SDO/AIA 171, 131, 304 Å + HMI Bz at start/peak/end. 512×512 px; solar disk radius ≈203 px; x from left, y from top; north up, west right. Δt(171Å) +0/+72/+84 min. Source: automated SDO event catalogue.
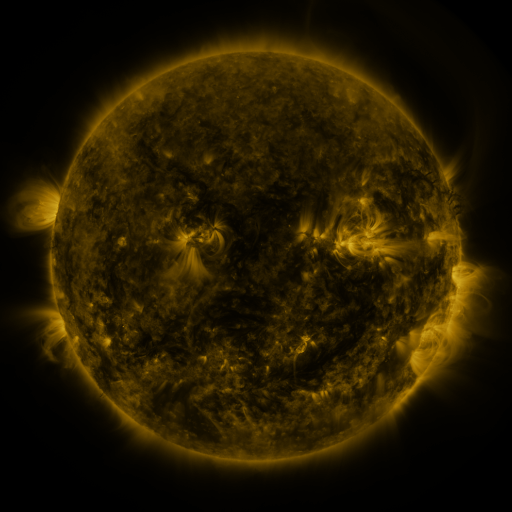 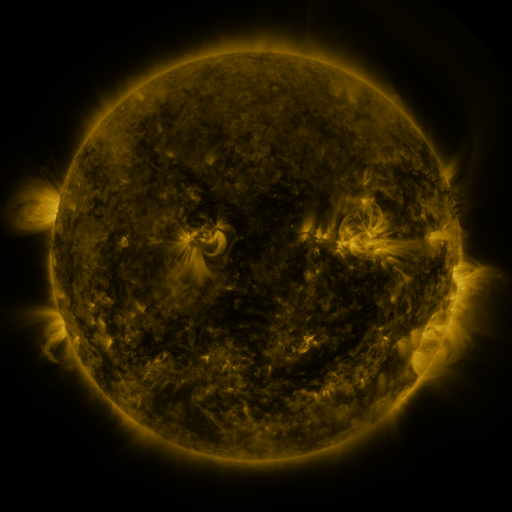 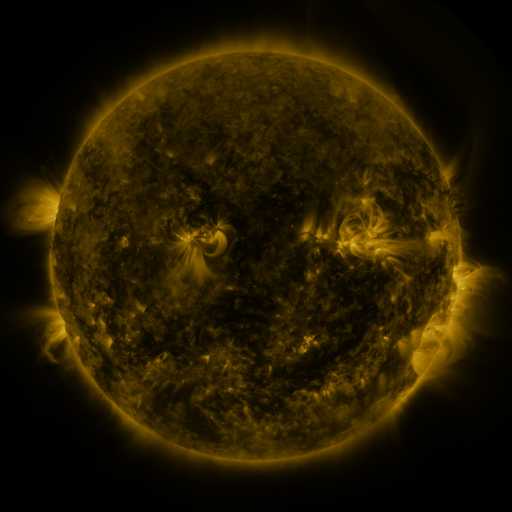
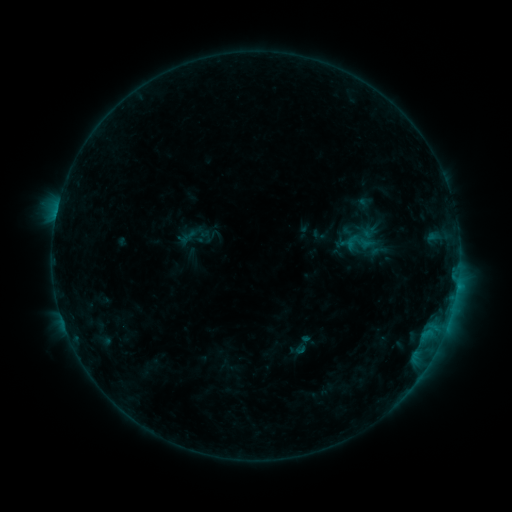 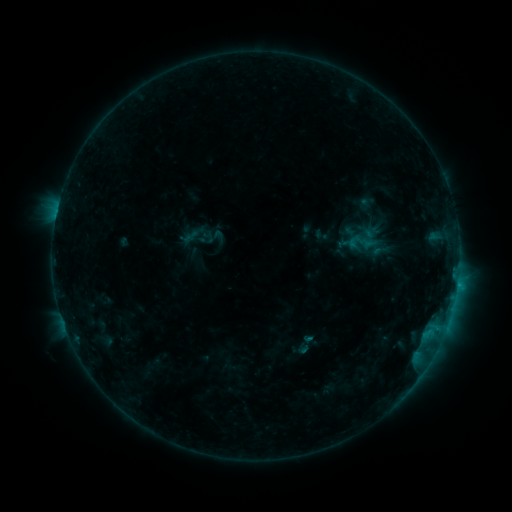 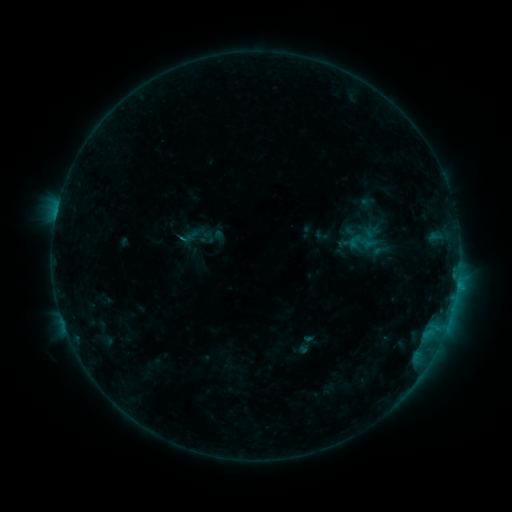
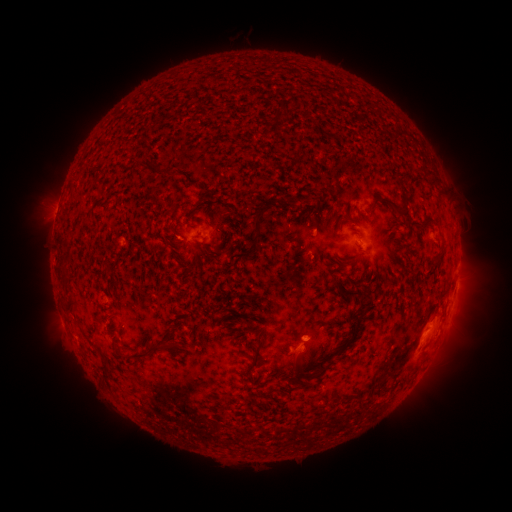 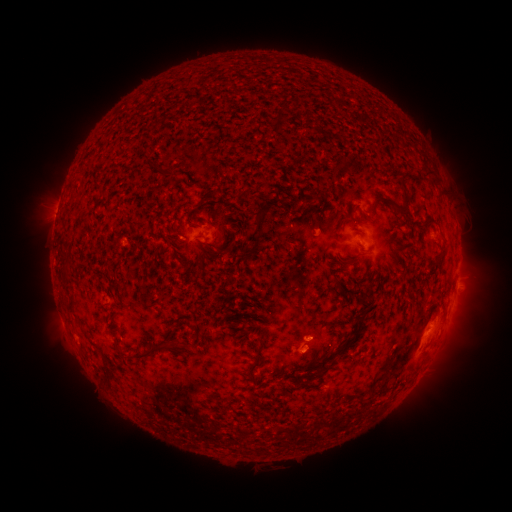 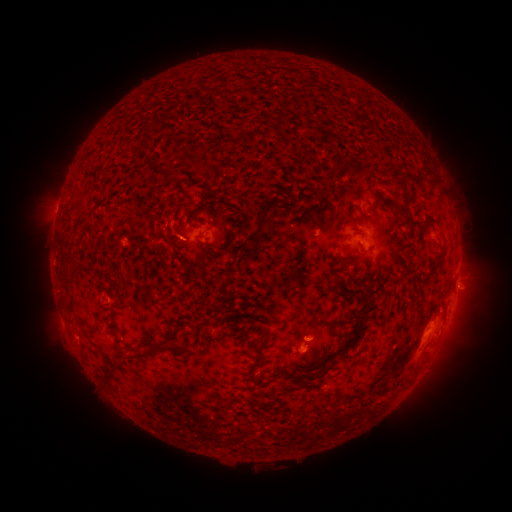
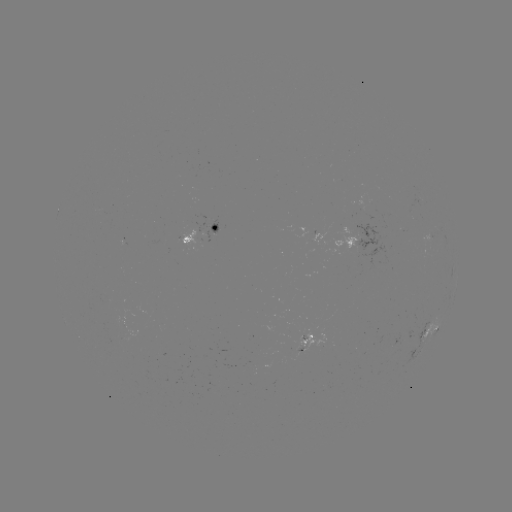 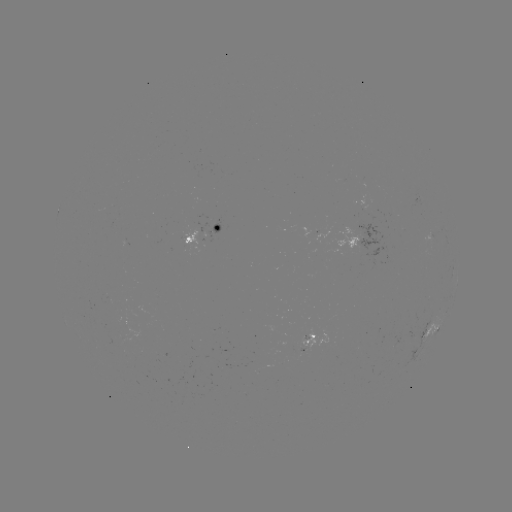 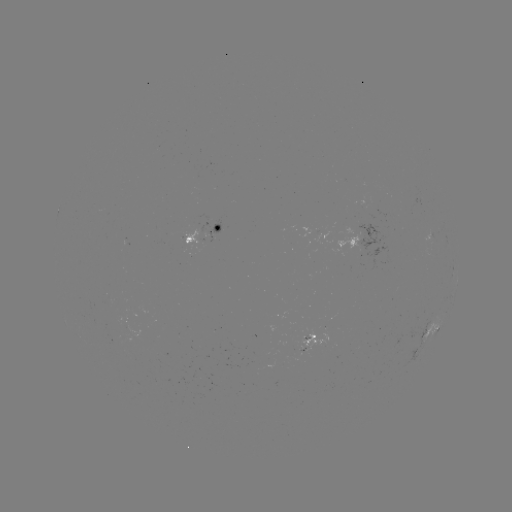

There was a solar emerging-flux region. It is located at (362, 246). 